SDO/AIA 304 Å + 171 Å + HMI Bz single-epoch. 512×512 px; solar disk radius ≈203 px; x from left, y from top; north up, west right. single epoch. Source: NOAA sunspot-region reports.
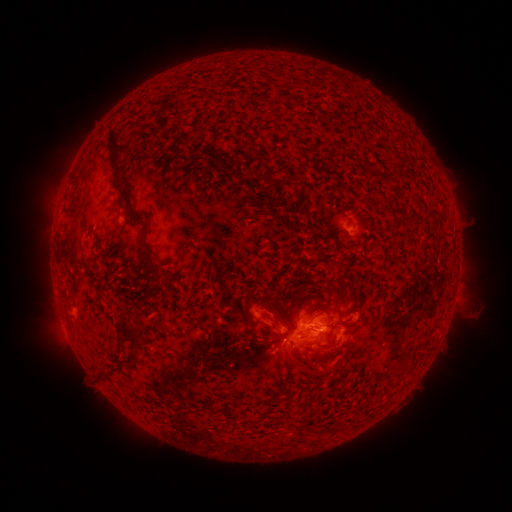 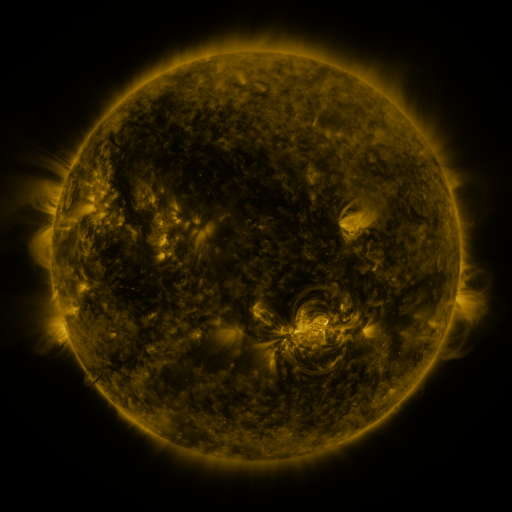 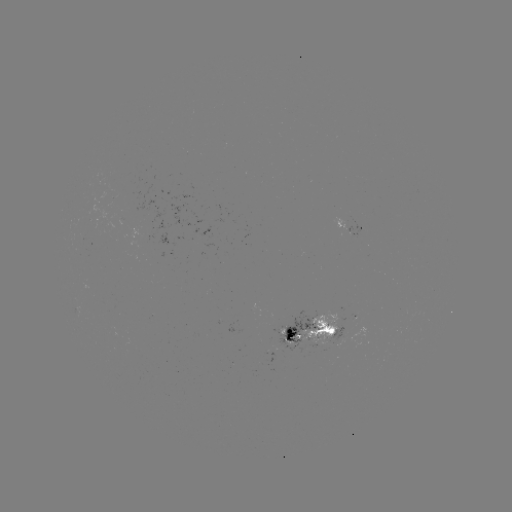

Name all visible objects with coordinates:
spotted active region: (357, 227)
spotted active region: (316, 331)
